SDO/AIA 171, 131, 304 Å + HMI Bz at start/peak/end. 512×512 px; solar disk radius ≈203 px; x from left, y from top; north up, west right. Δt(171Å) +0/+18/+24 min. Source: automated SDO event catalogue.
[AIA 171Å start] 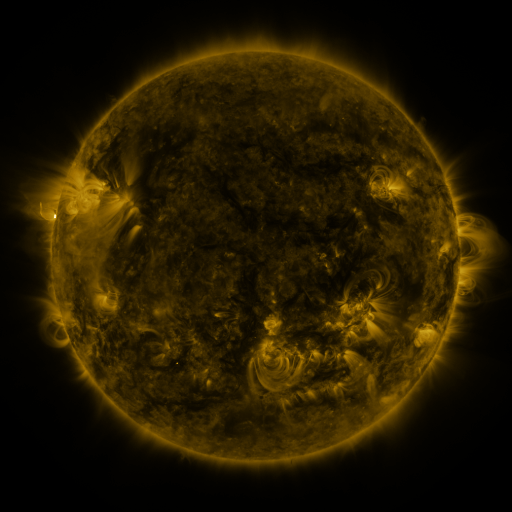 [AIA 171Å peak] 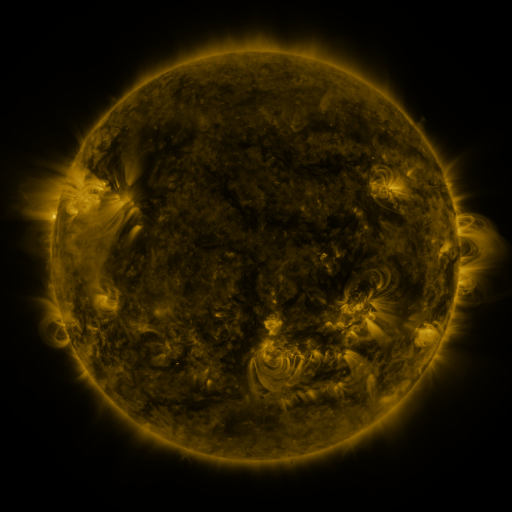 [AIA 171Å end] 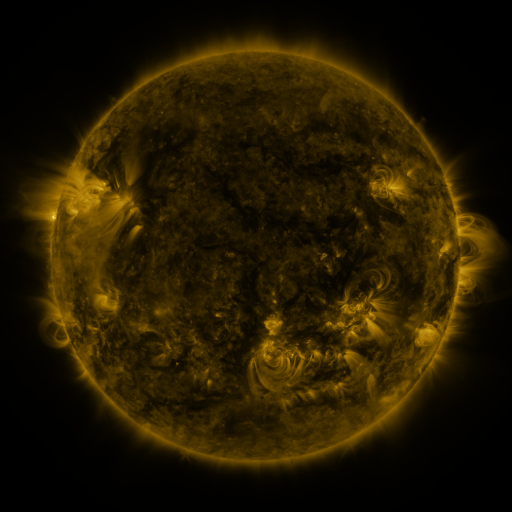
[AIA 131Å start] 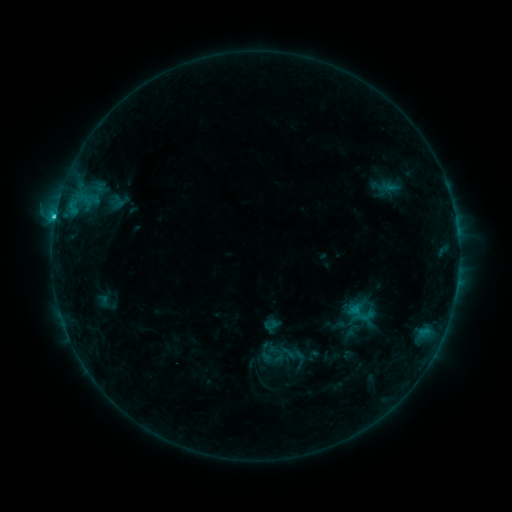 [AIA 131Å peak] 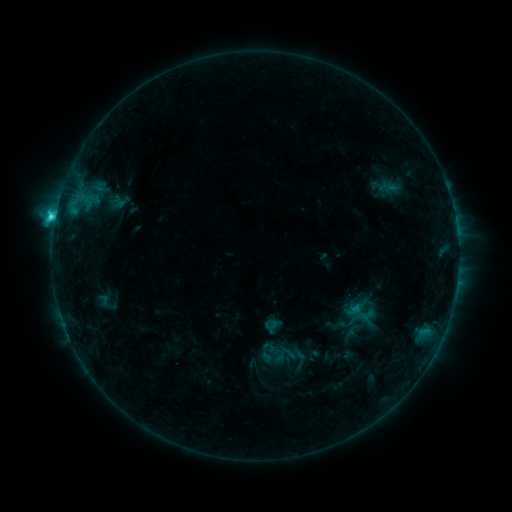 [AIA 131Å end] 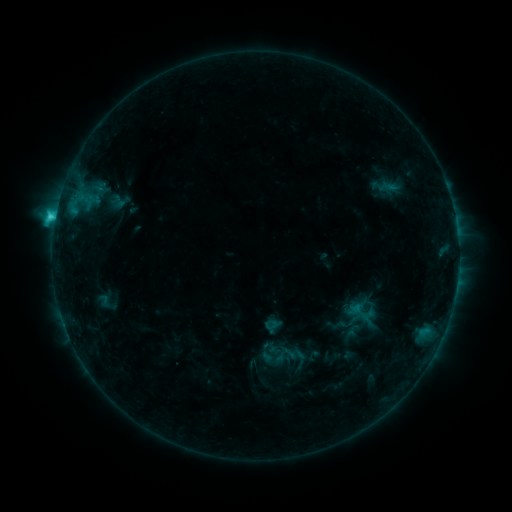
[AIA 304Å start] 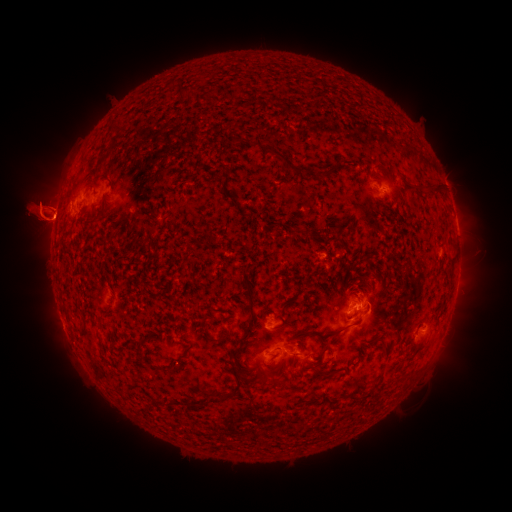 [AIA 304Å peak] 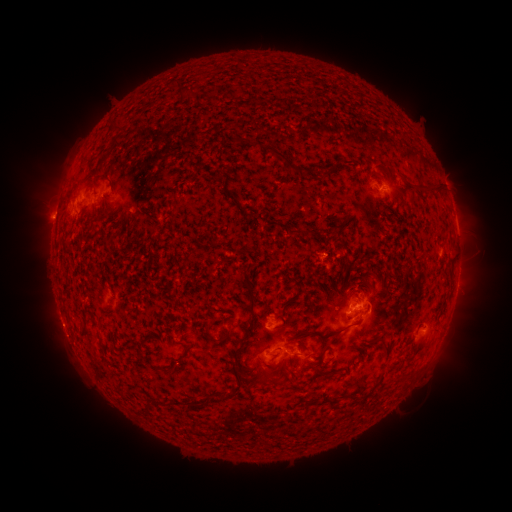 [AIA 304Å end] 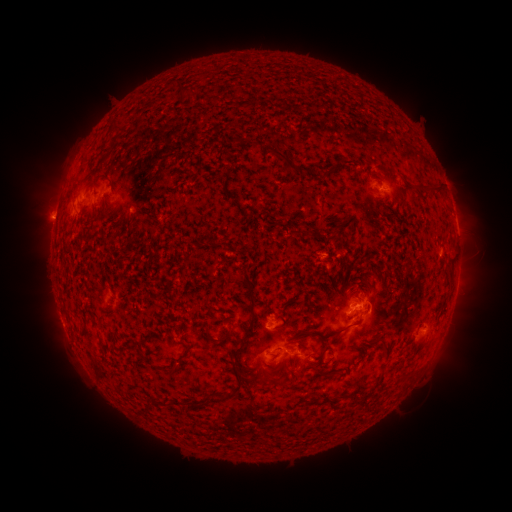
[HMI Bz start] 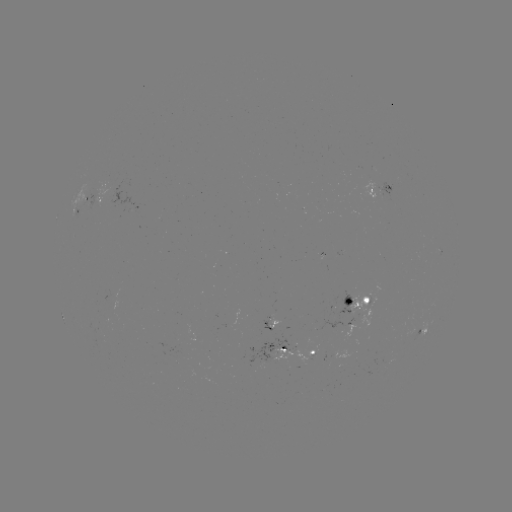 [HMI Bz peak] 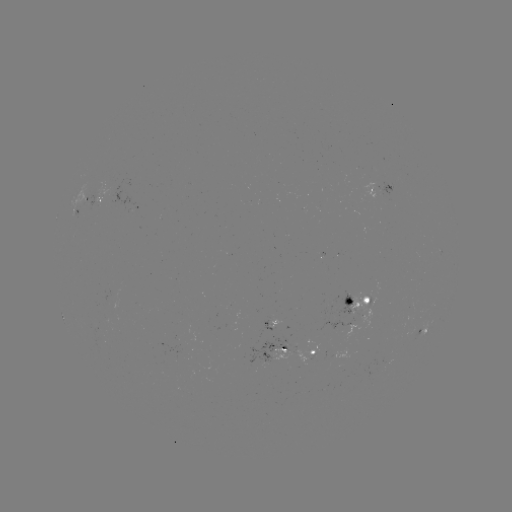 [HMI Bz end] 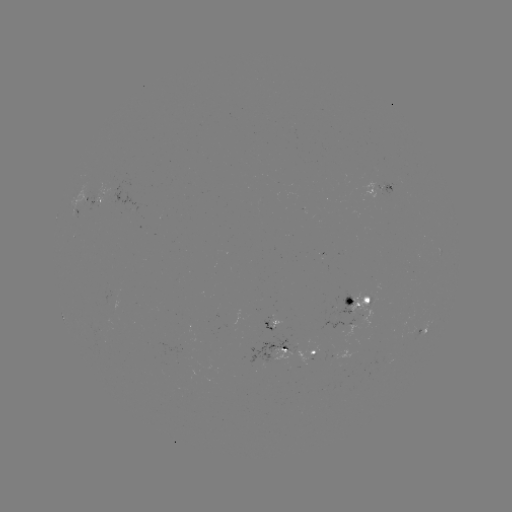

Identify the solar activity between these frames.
C3.0 flare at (55, 221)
